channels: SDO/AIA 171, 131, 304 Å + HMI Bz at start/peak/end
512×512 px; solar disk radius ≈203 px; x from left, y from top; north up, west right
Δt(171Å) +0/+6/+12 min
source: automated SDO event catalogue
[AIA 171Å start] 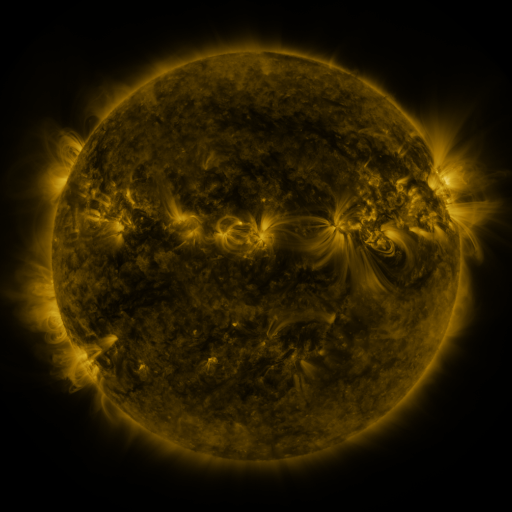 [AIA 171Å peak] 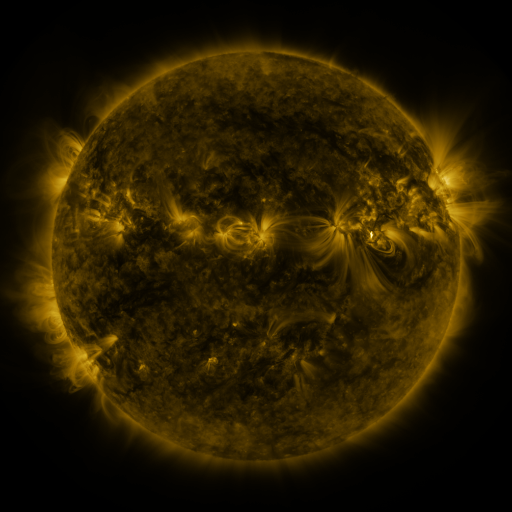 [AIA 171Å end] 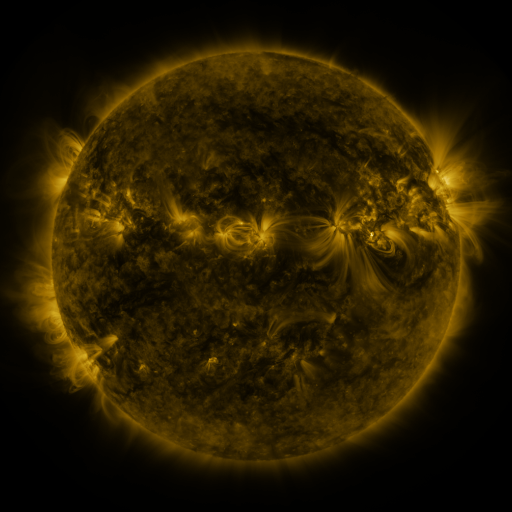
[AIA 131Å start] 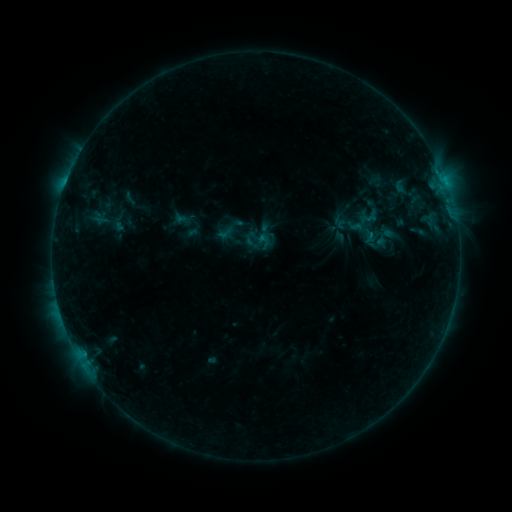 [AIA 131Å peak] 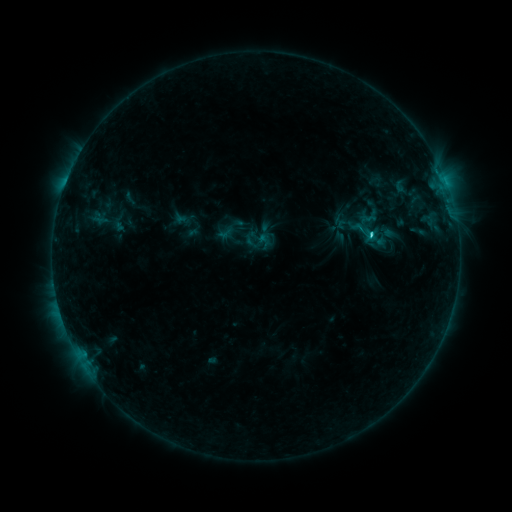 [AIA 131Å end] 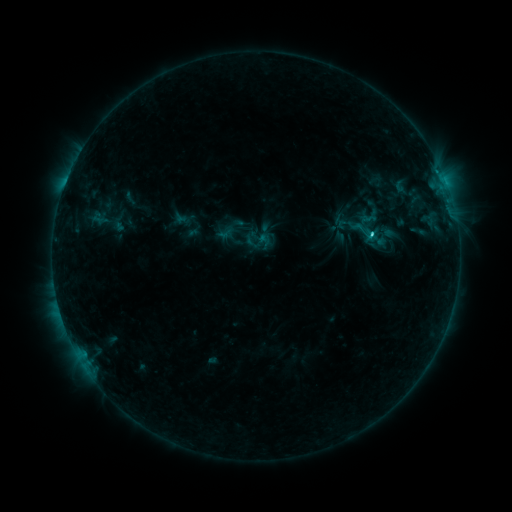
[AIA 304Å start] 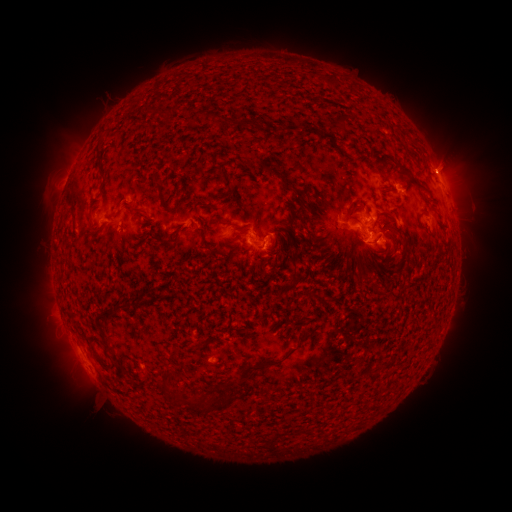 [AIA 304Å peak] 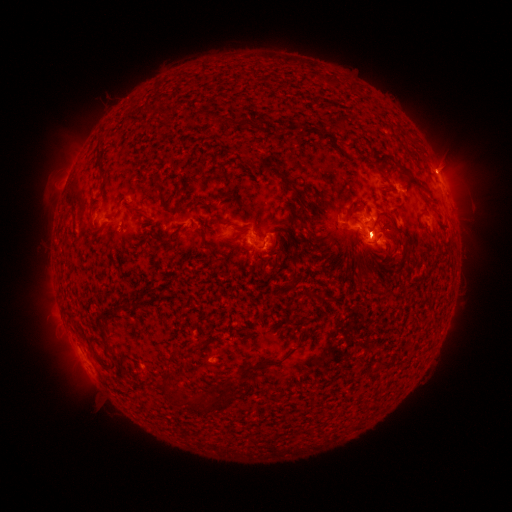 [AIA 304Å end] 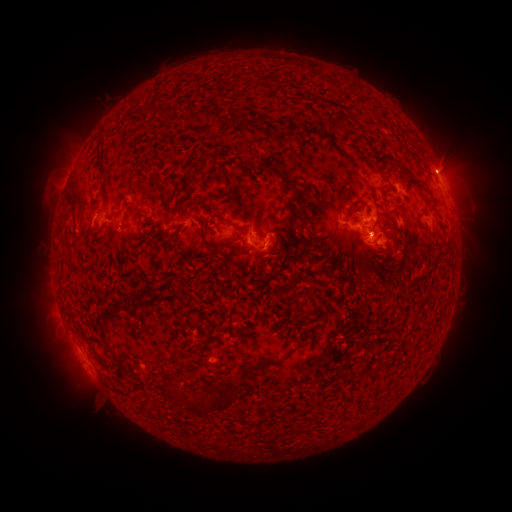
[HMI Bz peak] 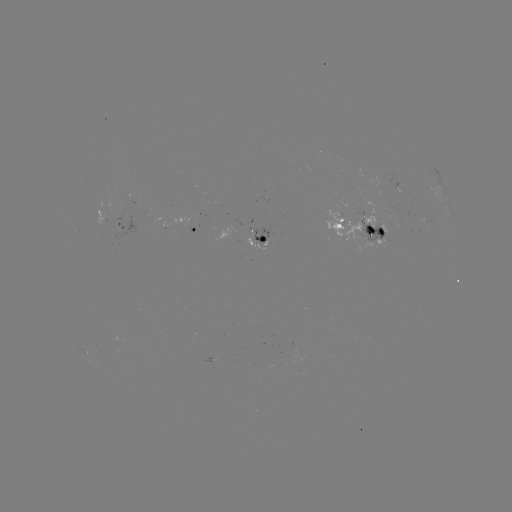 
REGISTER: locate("C4.1 flare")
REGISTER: [370, 236]